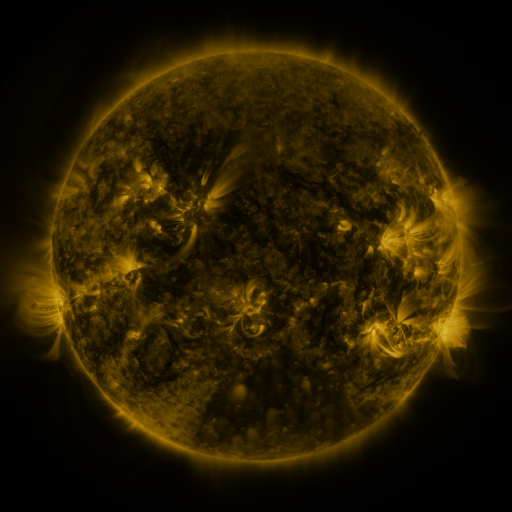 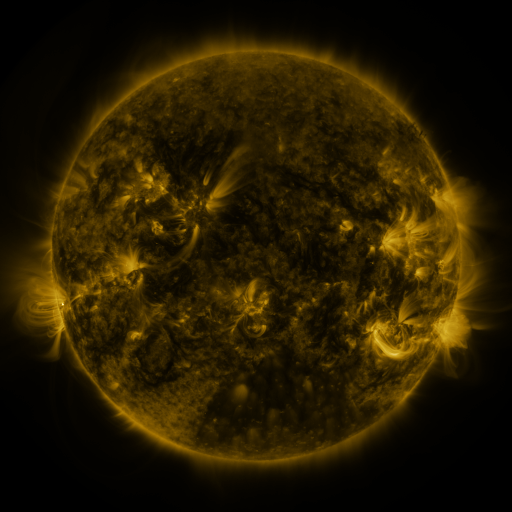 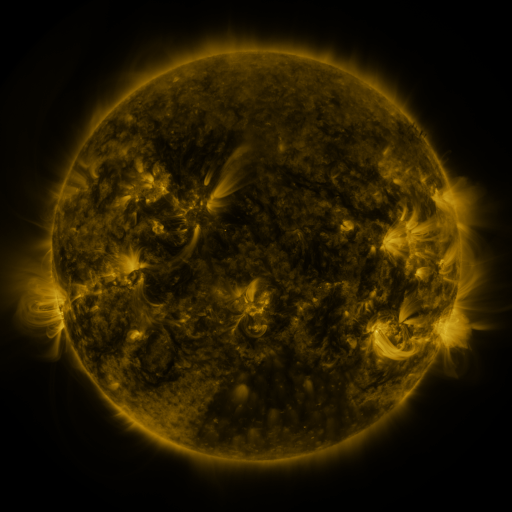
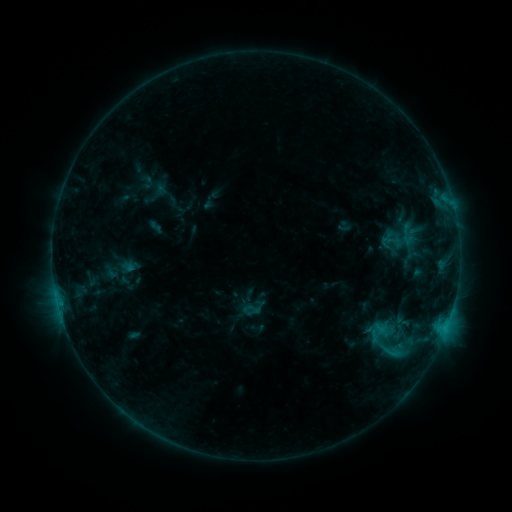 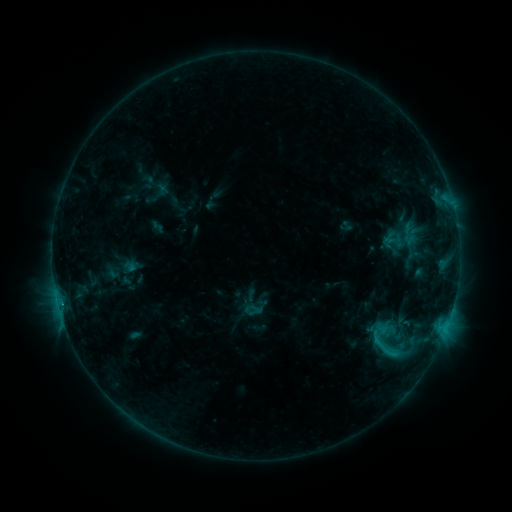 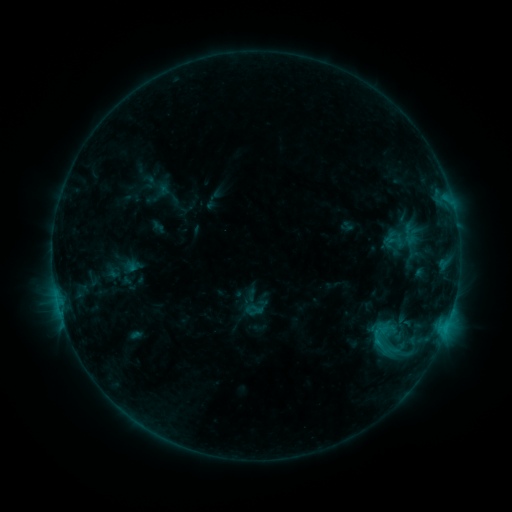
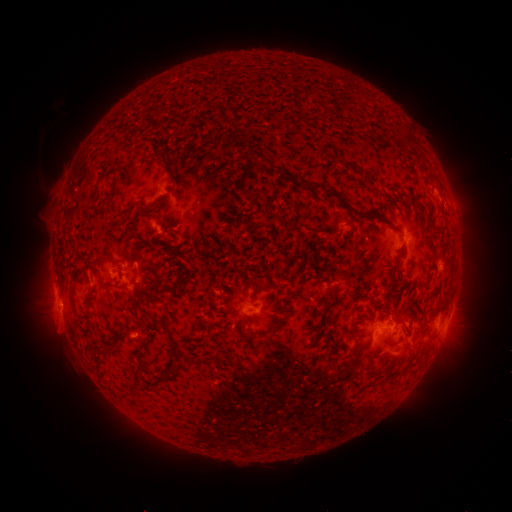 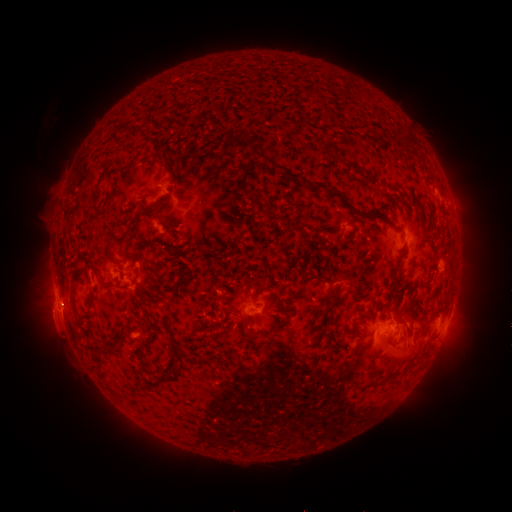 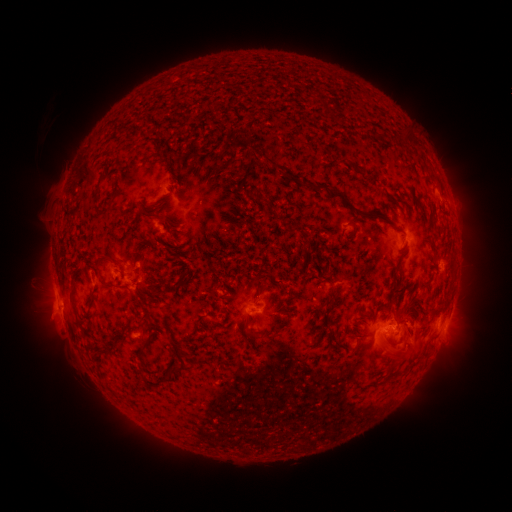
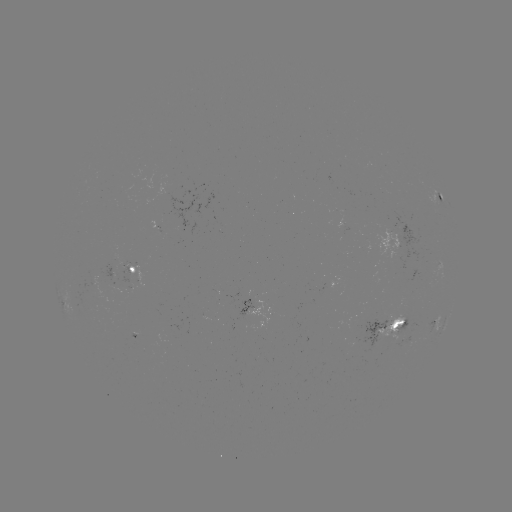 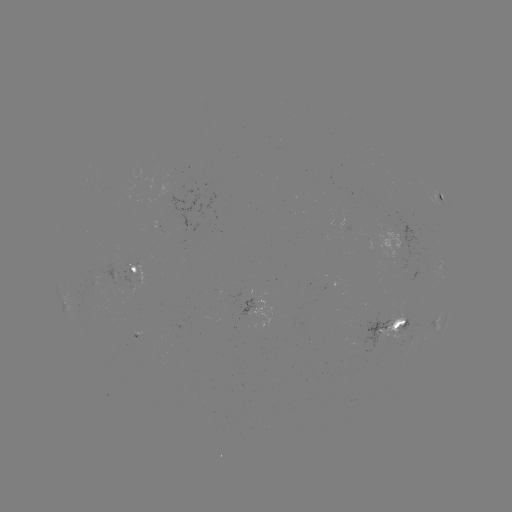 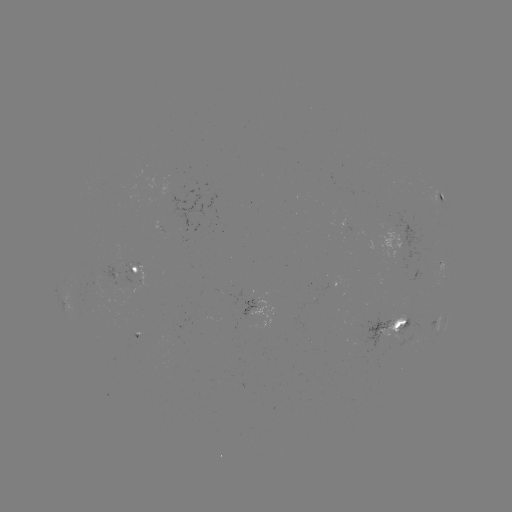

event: emerging-flux region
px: (391, 237)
